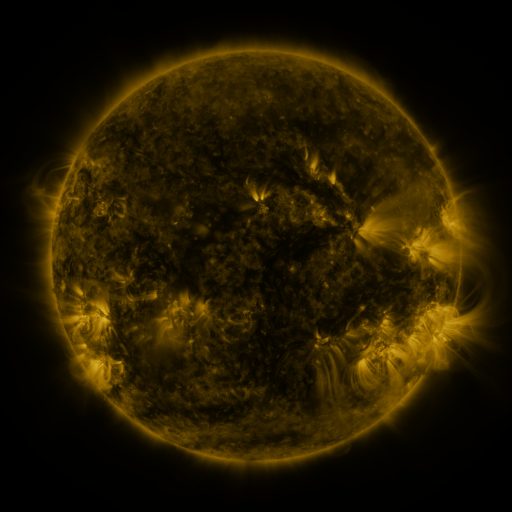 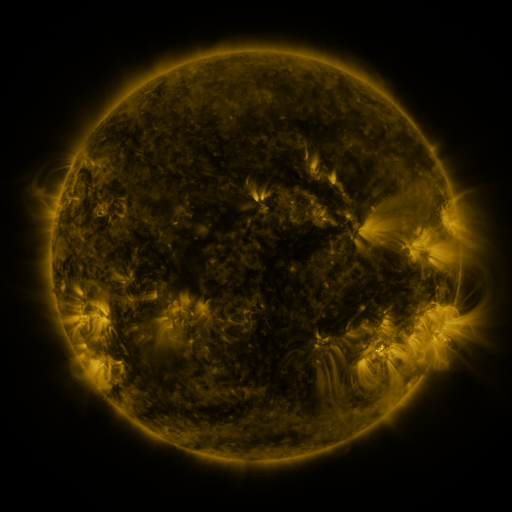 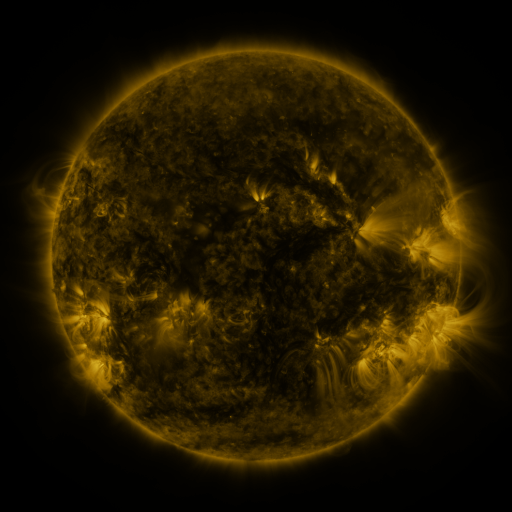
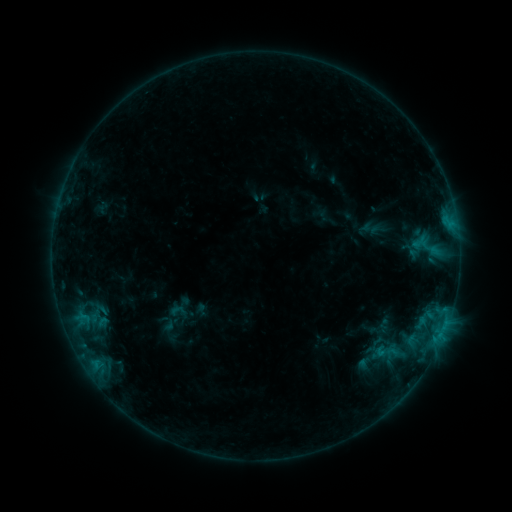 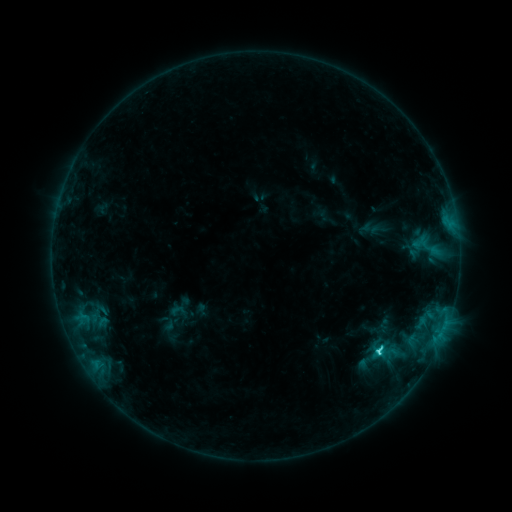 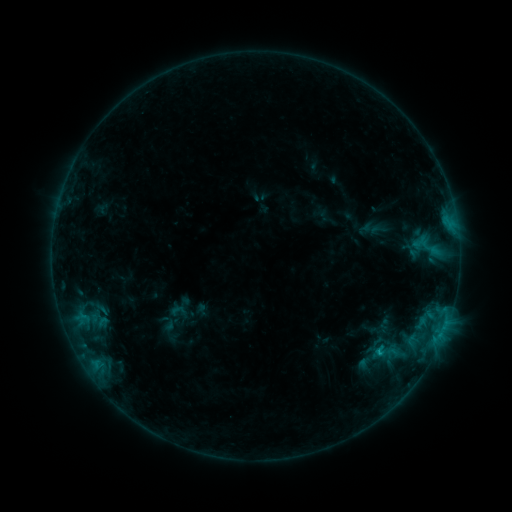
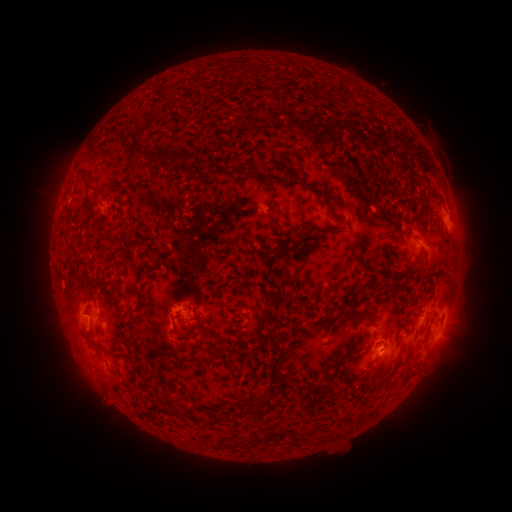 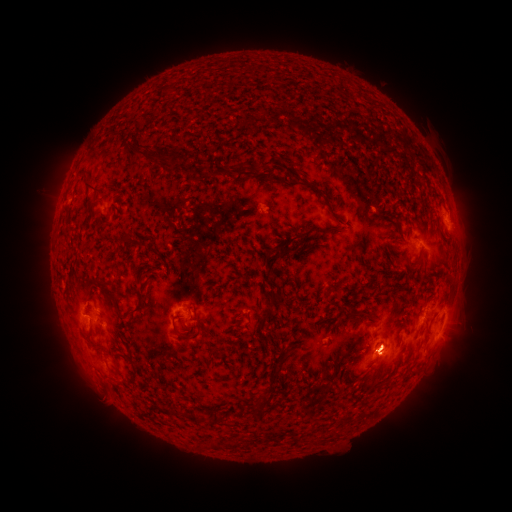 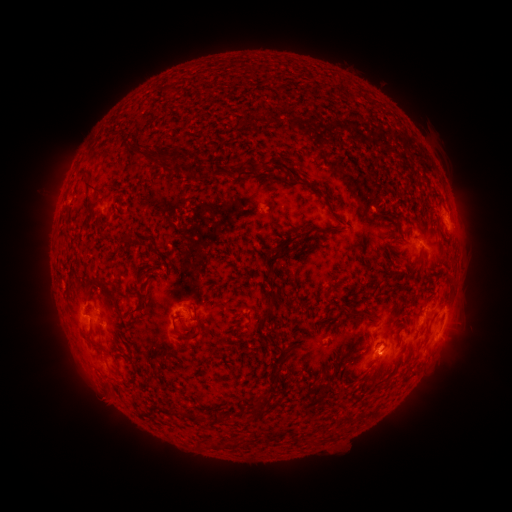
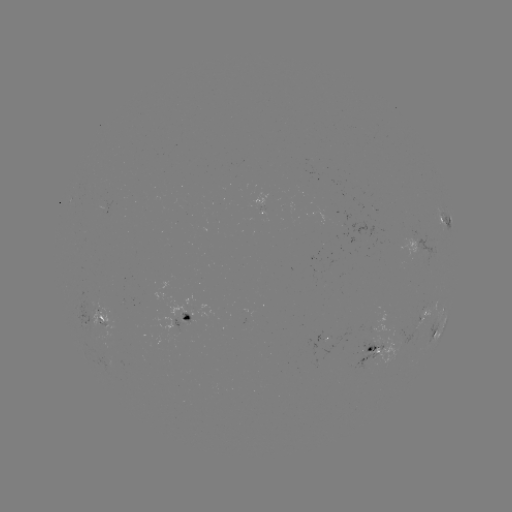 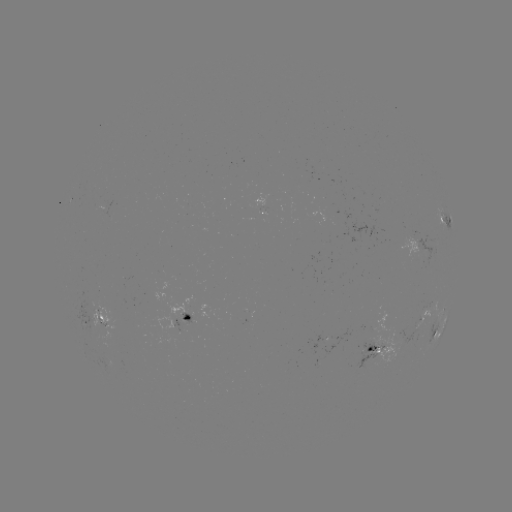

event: flare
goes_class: C2.0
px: (378, 350)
